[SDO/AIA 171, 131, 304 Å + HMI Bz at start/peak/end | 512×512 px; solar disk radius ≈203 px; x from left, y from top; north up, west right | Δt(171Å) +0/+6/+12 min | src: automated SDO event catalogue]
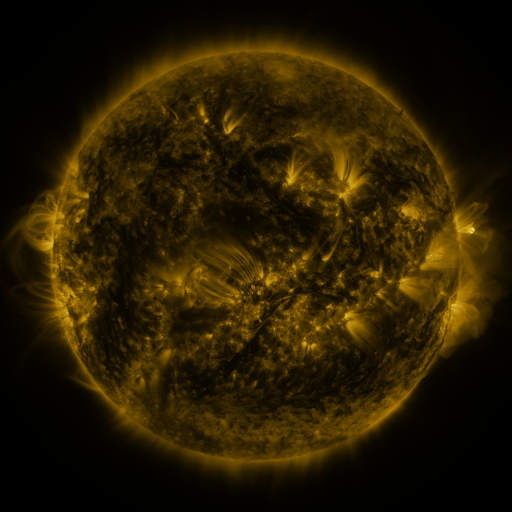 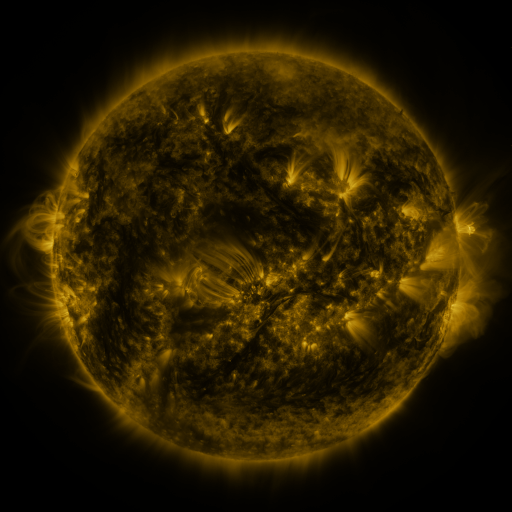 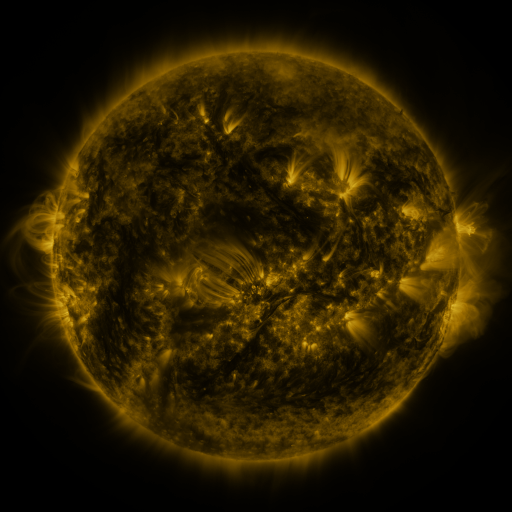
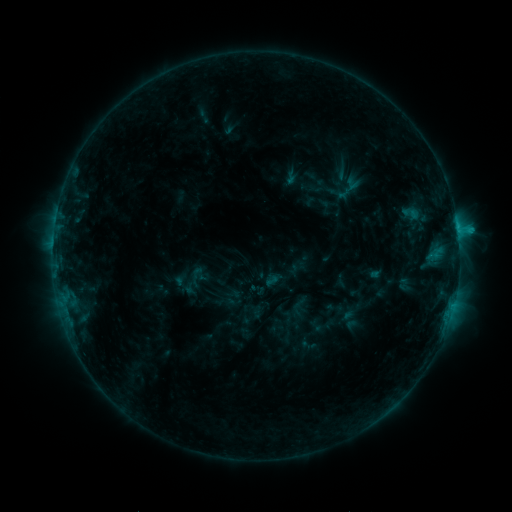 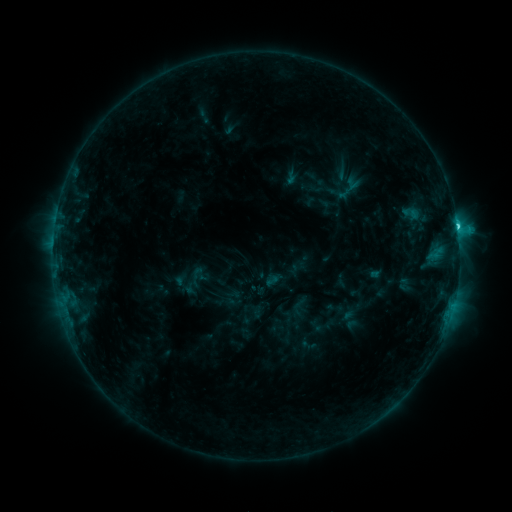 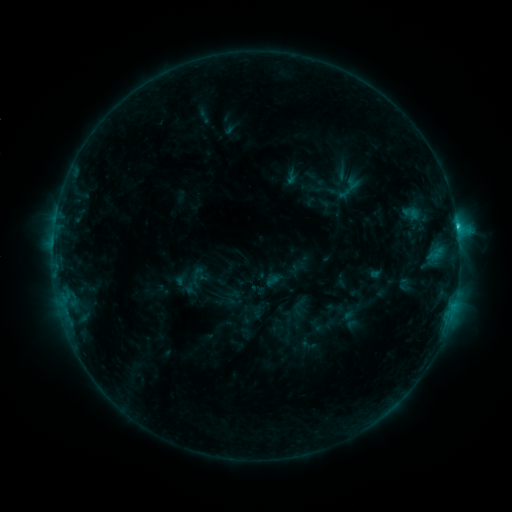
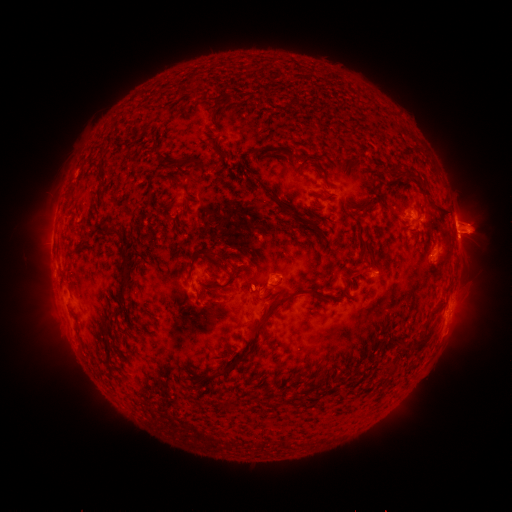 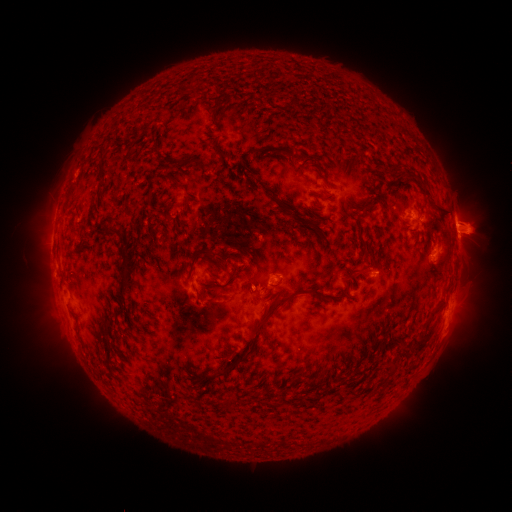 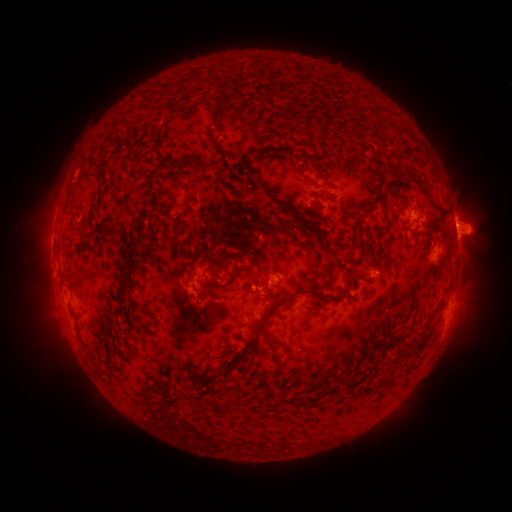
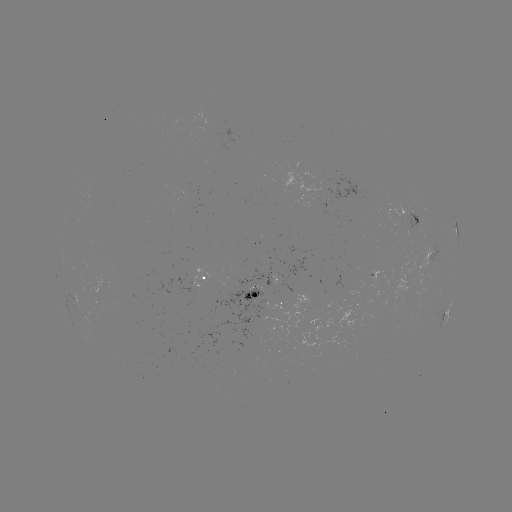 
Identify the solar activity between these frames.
C1.8 flare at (457, 227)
